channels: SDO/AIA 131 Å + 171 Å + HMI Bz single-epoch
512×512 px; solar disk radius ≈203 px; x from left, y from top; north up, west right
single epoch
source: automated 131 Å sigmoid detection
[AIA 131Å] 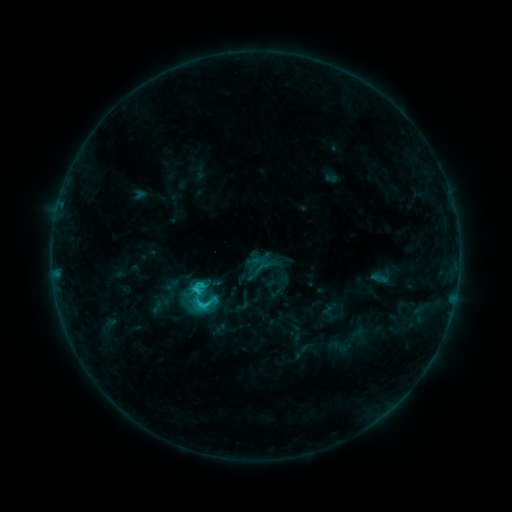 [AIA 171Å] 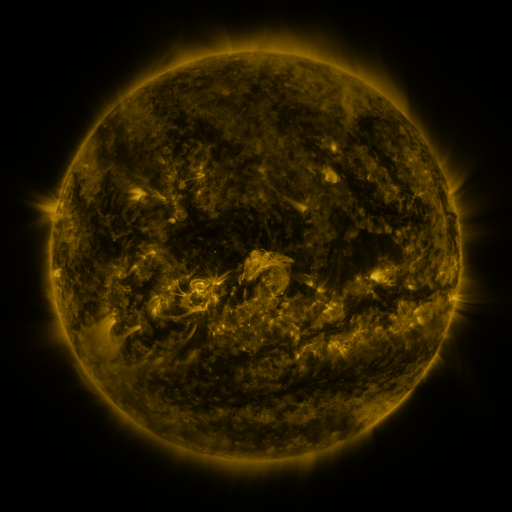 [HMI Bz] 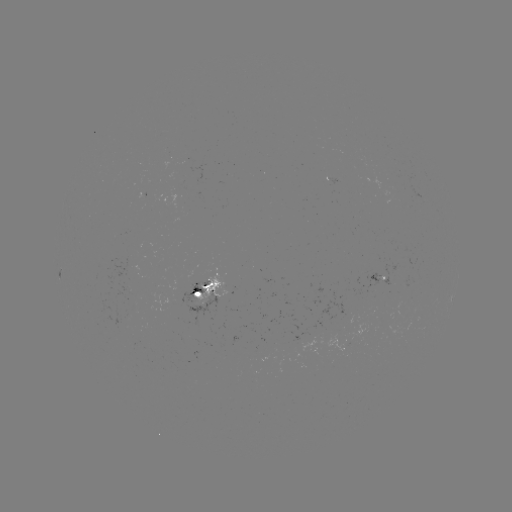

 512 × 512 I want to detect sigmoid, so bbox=[192, 291, 221, 316].